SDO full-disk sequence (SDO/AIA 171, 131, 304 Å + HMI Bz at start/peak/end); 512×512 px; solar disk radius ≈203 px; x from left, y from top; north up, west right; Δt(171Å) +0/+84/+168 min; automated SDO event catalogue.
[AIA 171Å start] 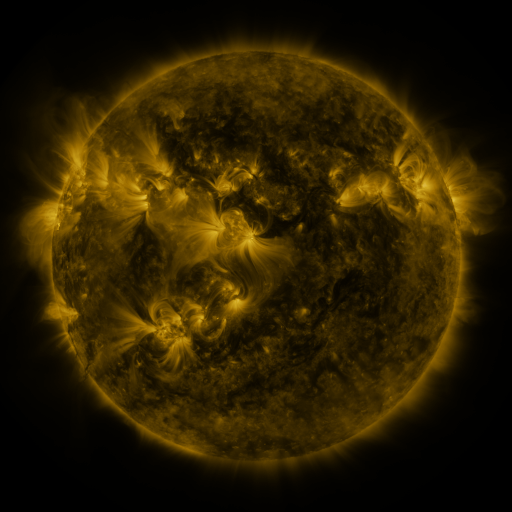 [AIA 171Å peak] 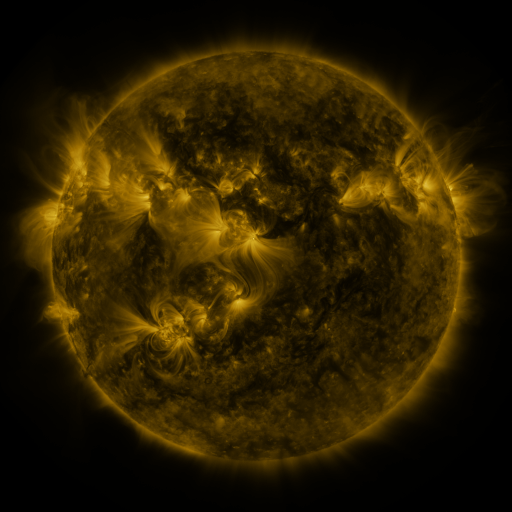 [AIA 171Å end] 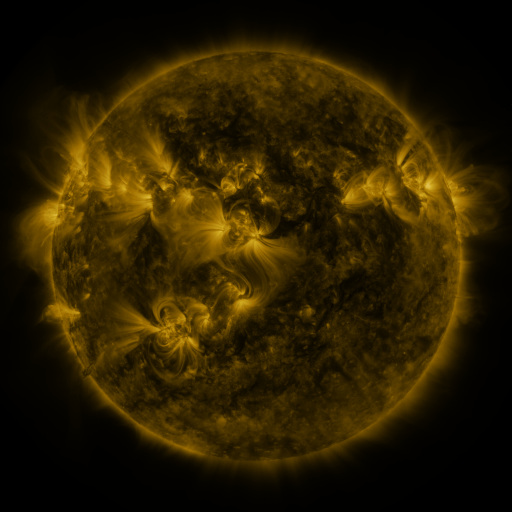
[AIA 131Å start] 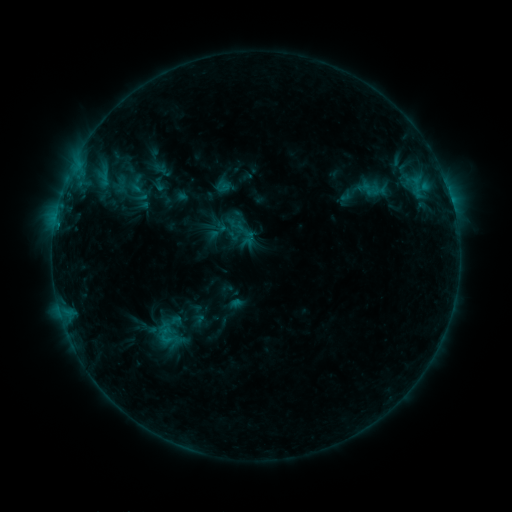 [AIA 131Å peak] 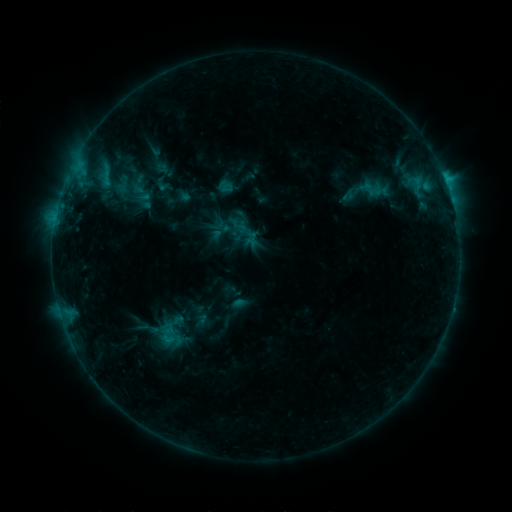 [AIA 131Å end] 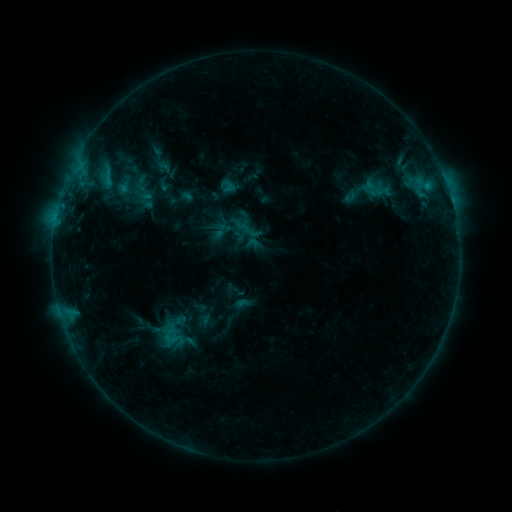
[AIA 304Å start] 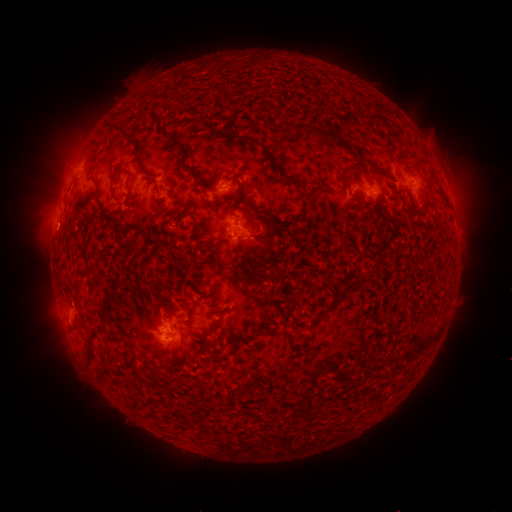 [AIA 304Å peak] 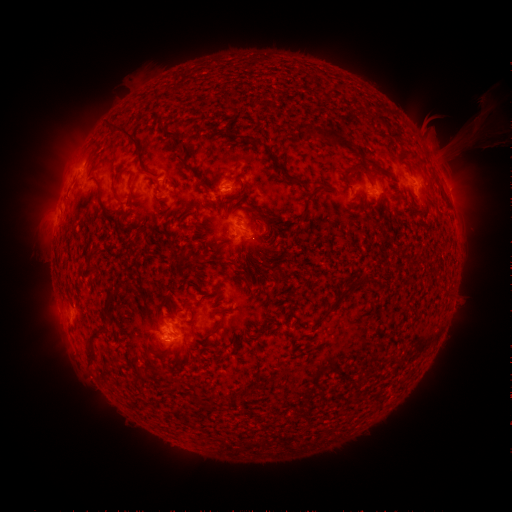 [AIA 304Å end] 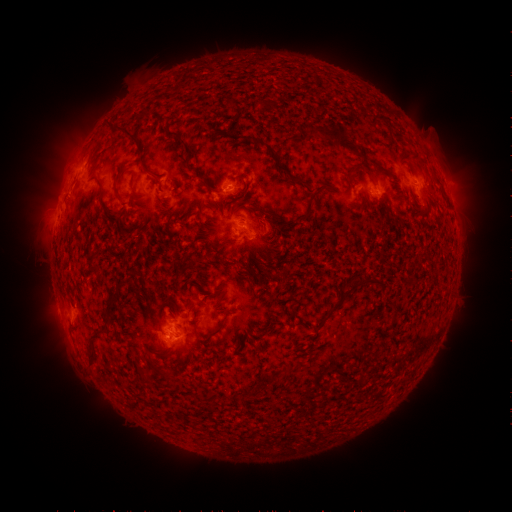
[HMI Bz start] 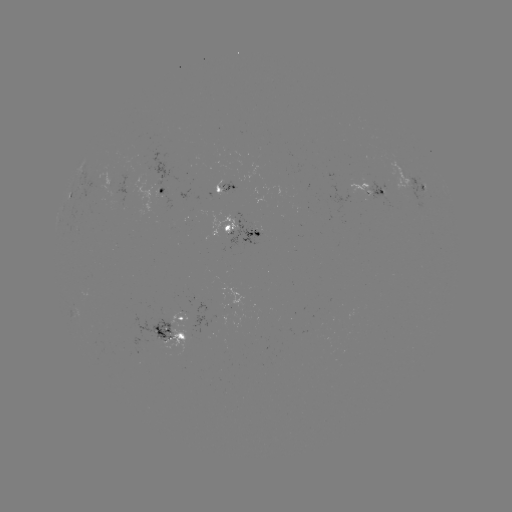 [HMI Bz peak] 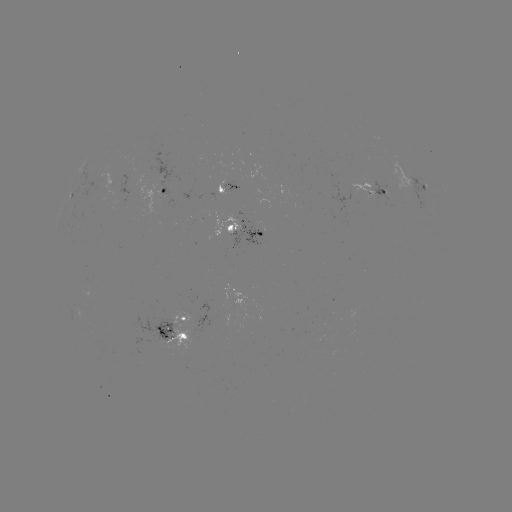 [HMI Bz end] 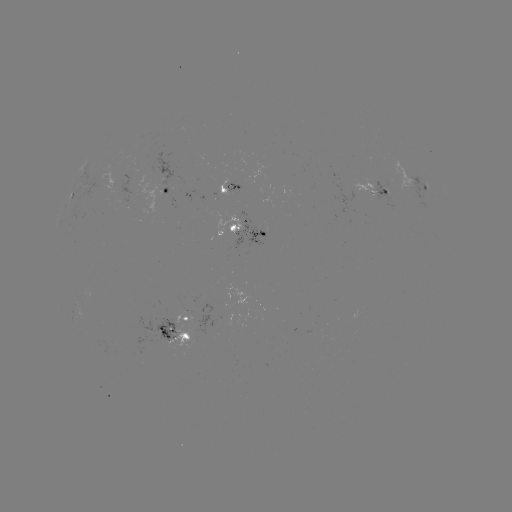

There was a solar filament eruption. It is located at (465, 128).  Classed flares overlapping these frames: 1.